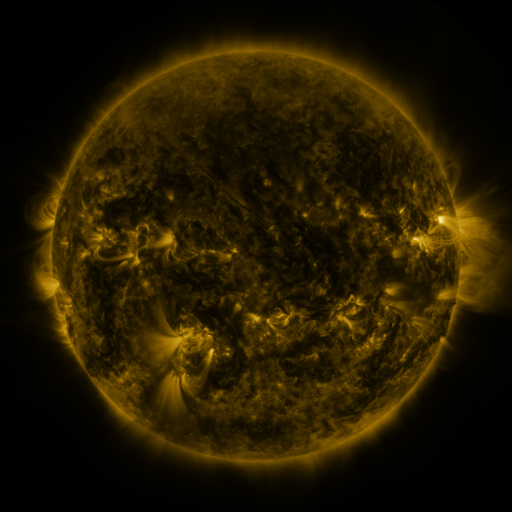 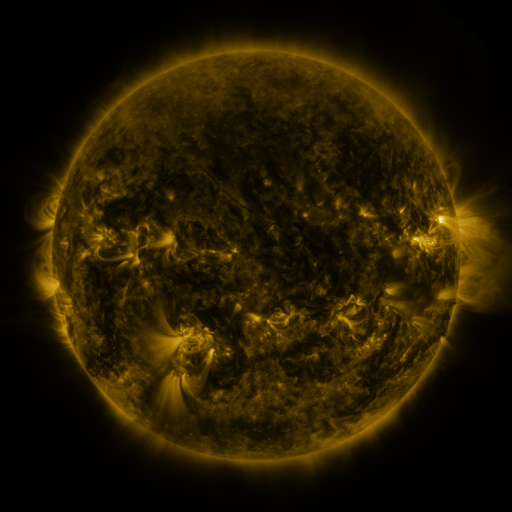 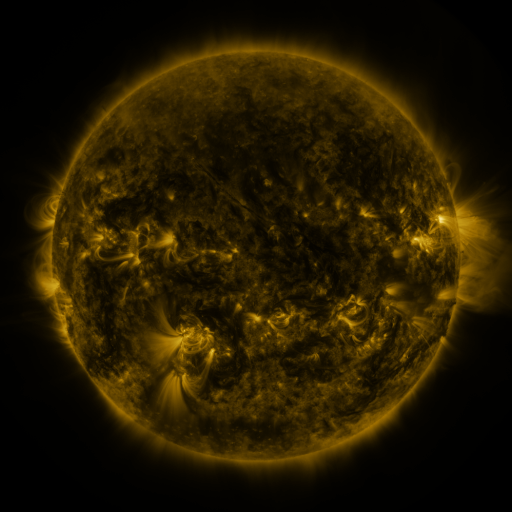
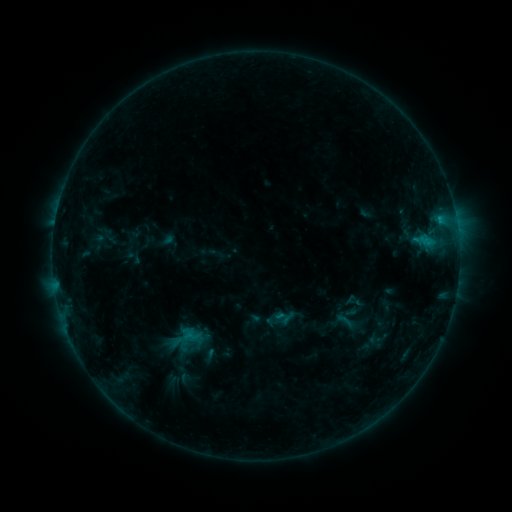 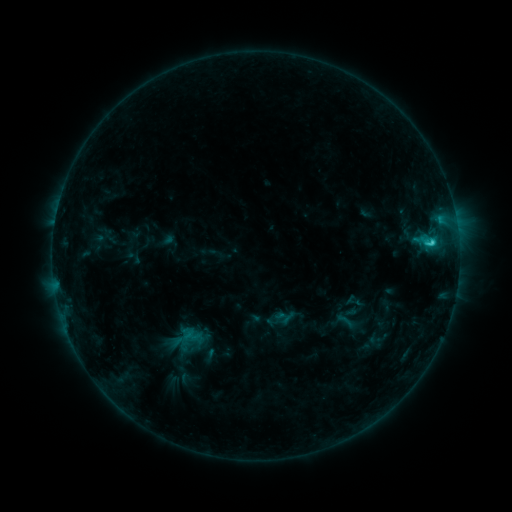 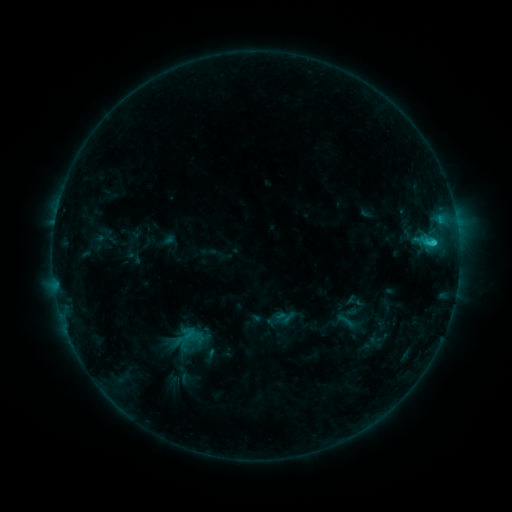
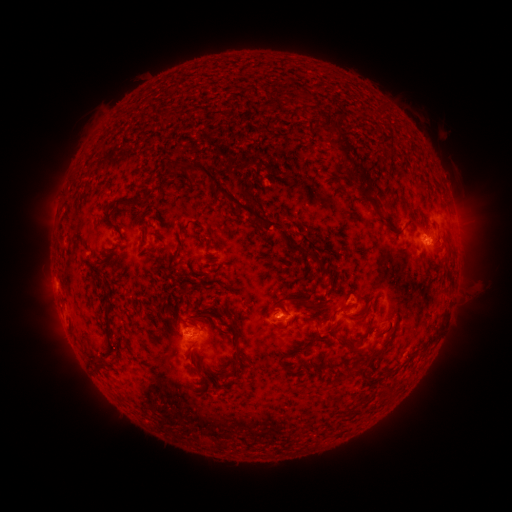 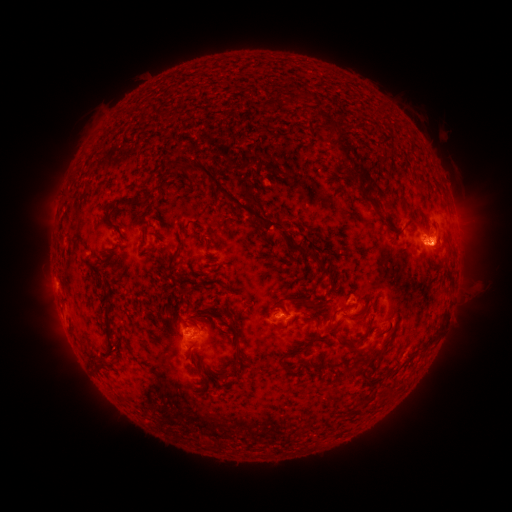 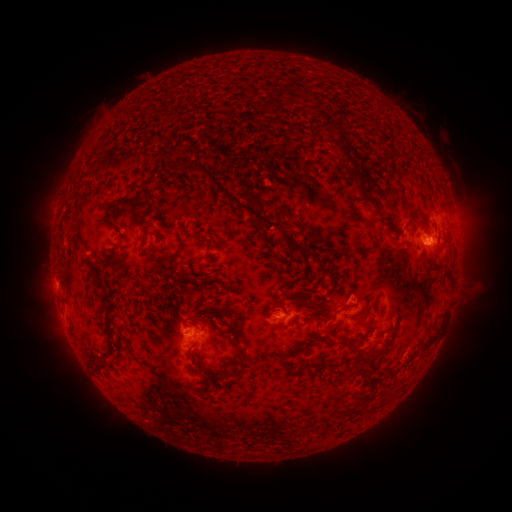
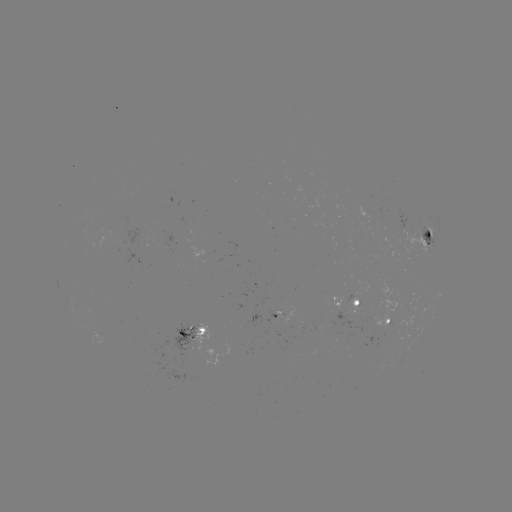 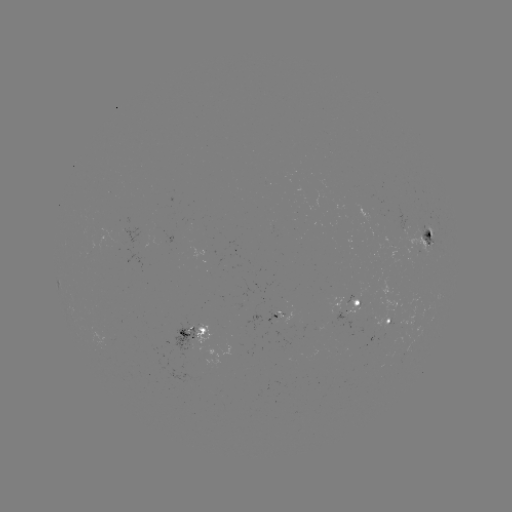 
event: flare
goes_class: C2.2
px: (431, 244)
